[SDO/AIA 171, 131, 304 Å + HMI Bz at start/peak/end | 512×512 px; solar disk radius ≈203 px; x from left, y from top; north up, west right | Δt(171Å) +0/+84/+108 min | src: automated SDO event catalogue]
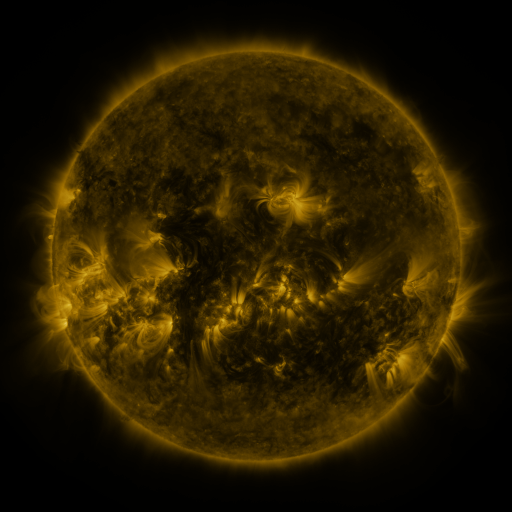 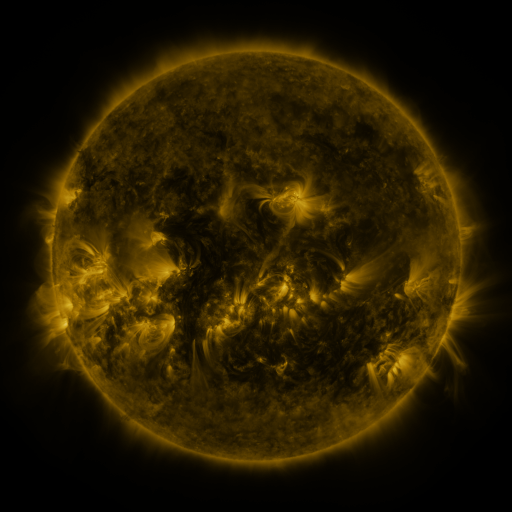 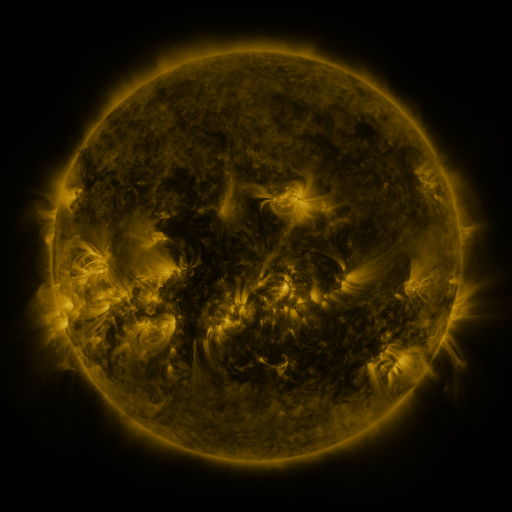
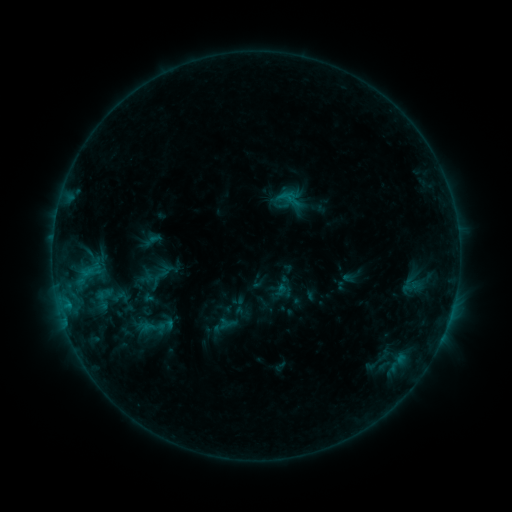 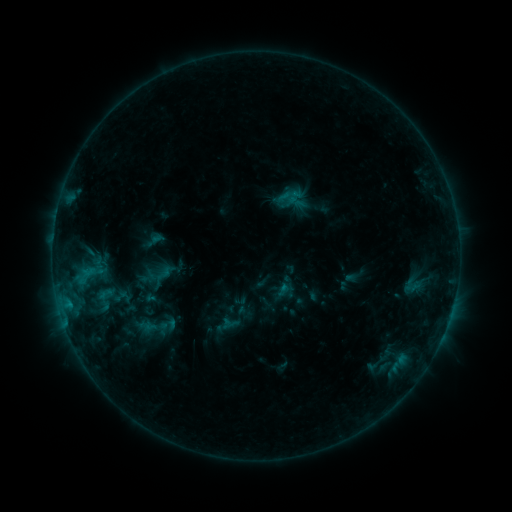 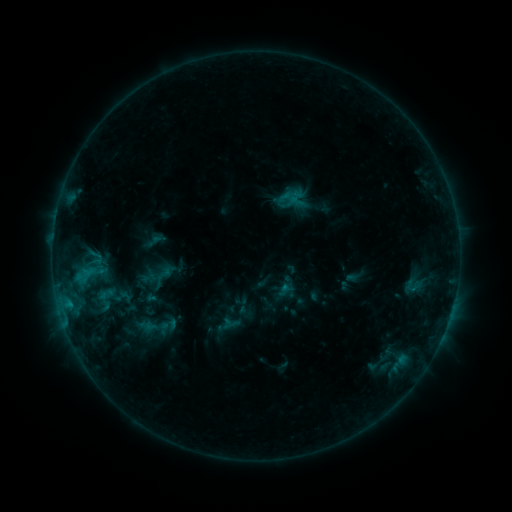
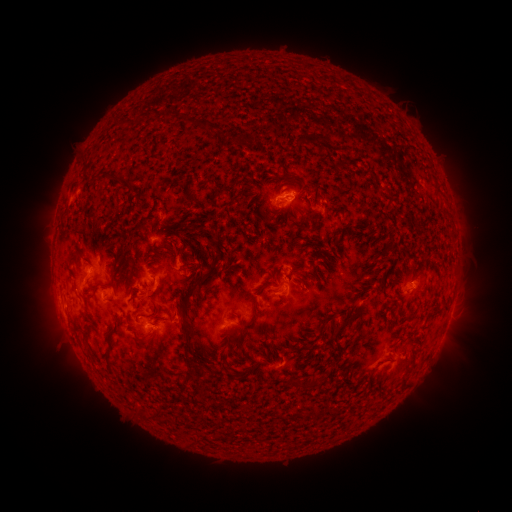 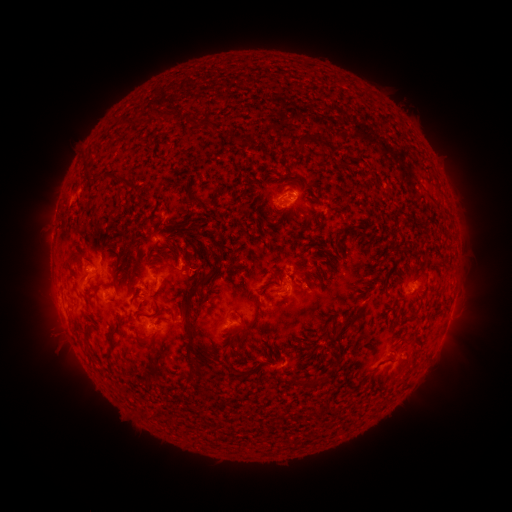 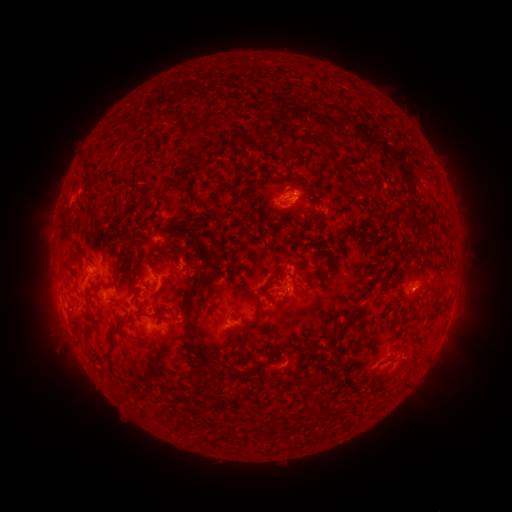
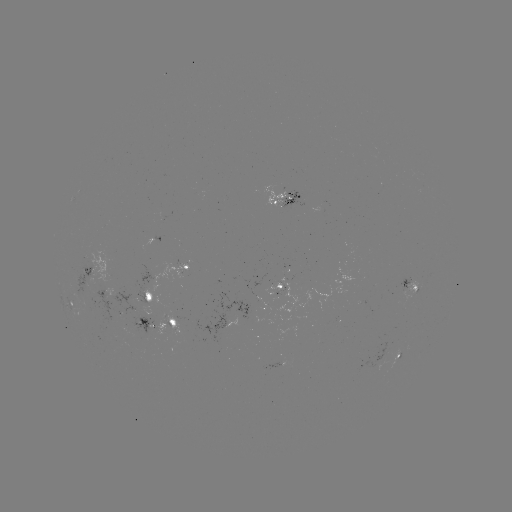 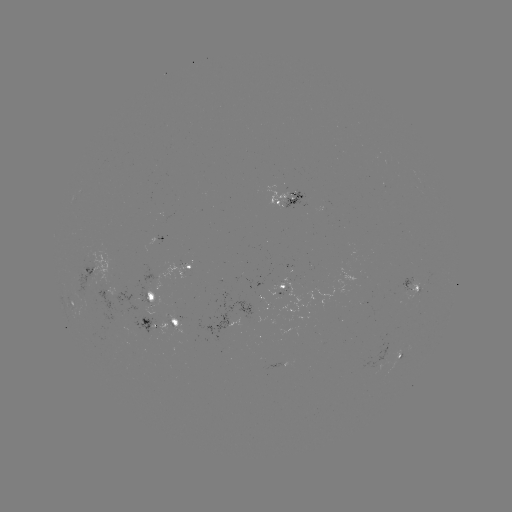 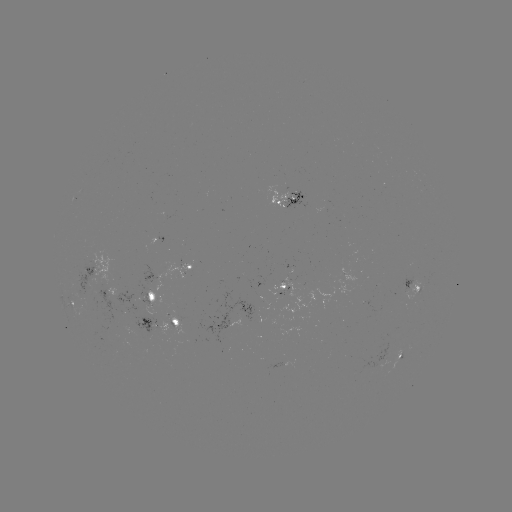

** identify emerging-flux region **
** (284, 291) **